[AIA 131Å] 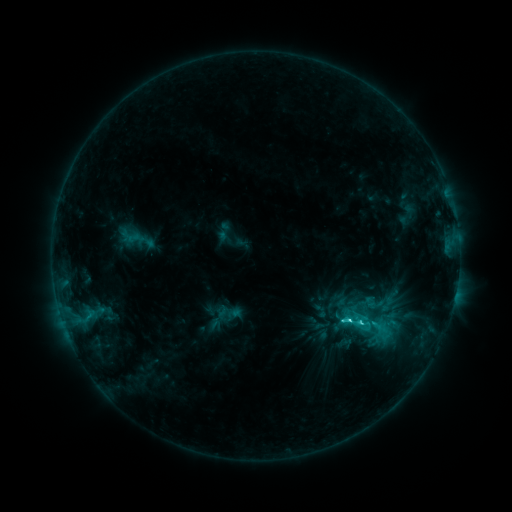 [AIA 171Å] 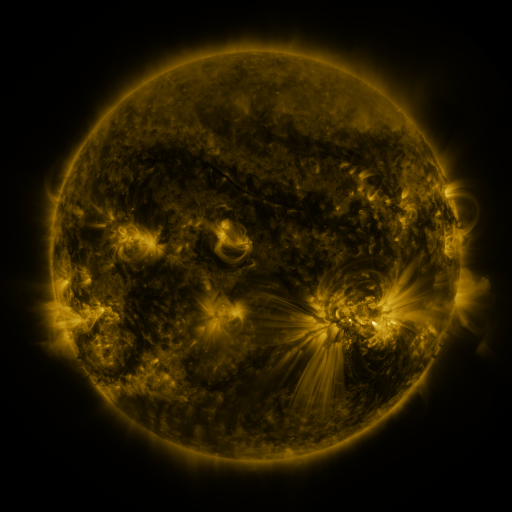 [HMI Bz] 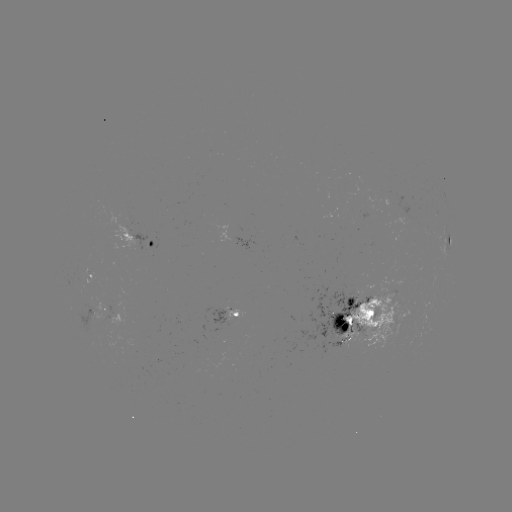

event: sigmoid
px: (353, 321)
